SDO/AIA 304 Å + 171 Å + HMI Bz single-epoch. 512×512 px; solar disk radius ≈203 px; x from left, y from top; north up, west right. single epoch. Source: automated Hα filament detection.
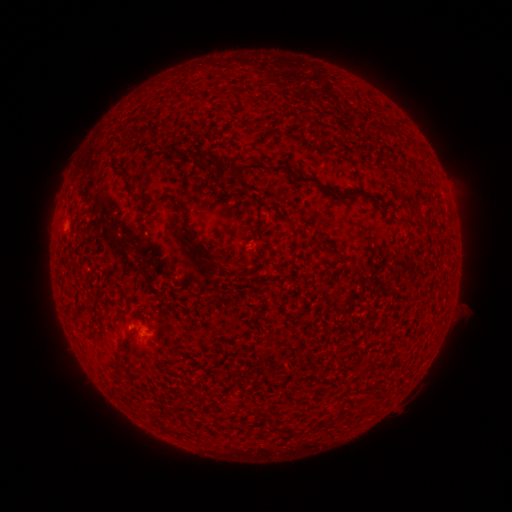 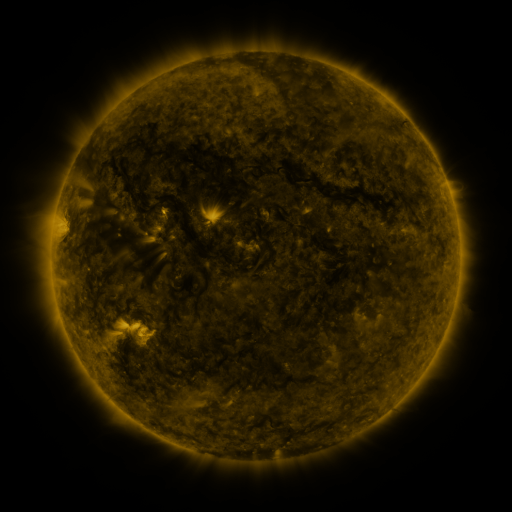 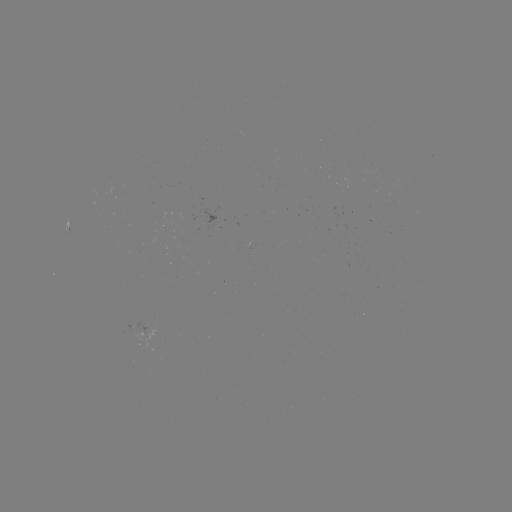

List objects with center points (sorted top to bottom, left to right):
filament: (397, 123)
filament: (143, 130)
filament: (281, 167)
filament: (120, 168)
filament: (155, 202)
filament: (287, 217)
filament: (186, 238)
filament: (364, 368)
filament: (279, 428)
filament: (167, 429)
